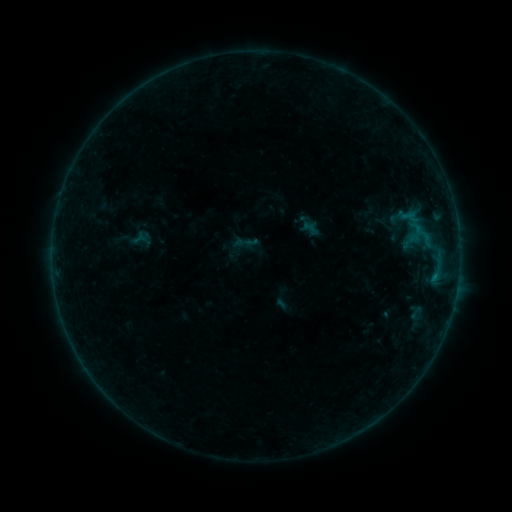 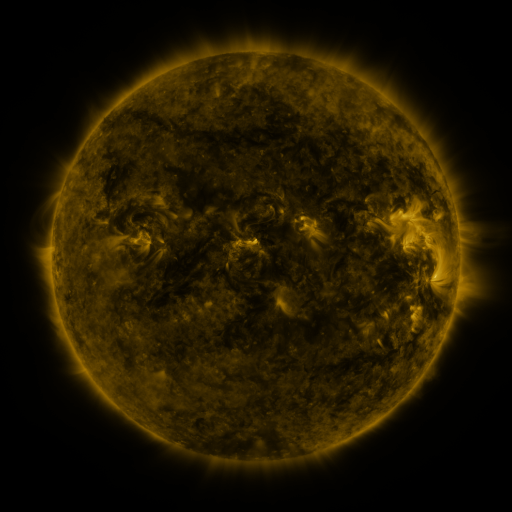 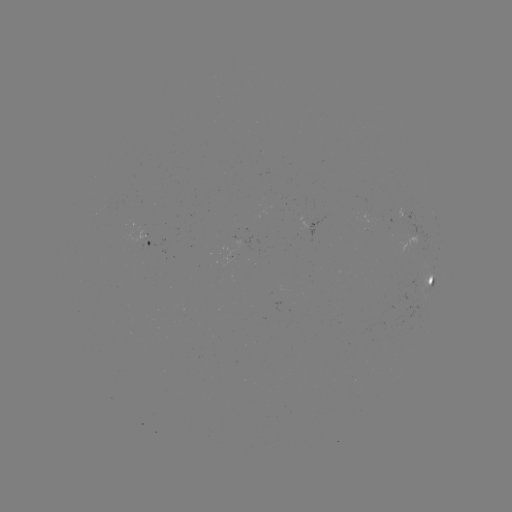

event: sigmoid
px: (141, 239)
